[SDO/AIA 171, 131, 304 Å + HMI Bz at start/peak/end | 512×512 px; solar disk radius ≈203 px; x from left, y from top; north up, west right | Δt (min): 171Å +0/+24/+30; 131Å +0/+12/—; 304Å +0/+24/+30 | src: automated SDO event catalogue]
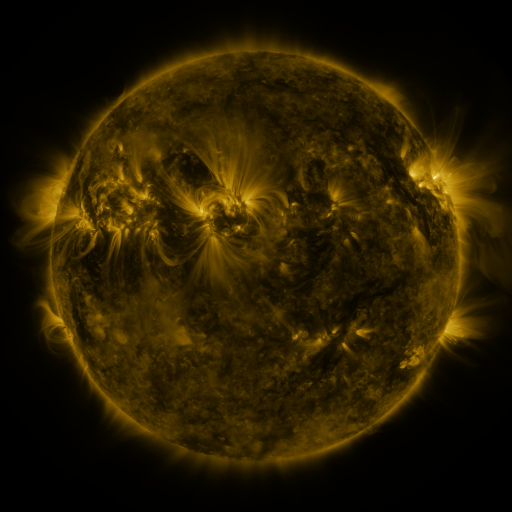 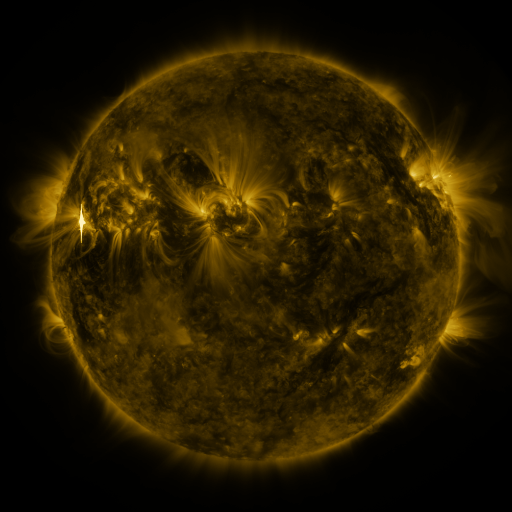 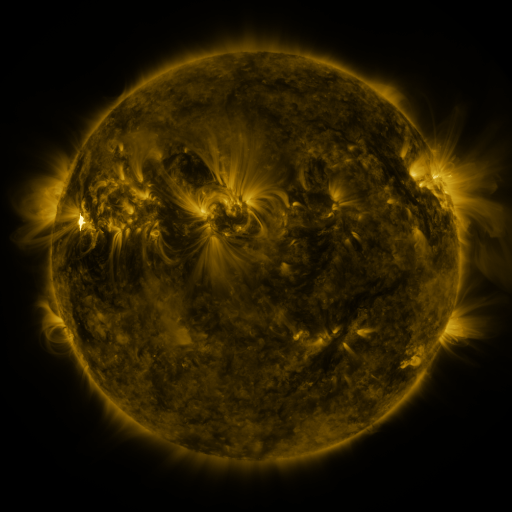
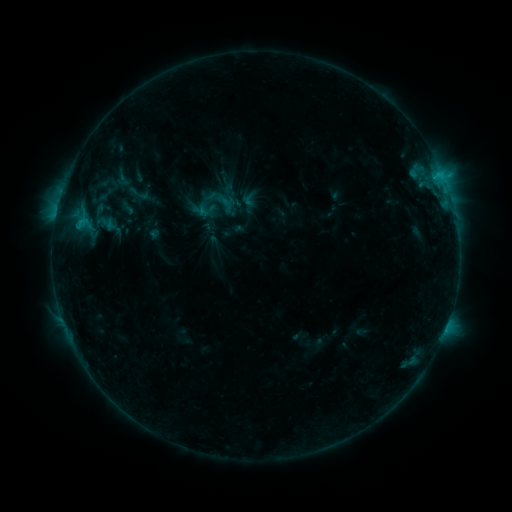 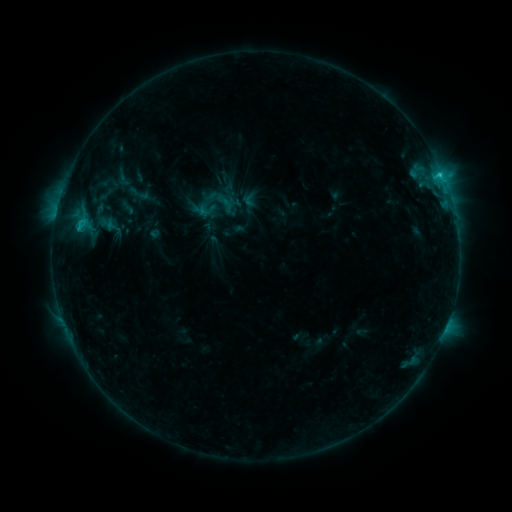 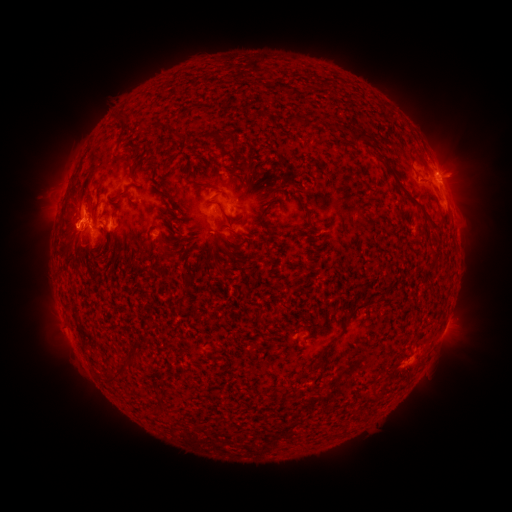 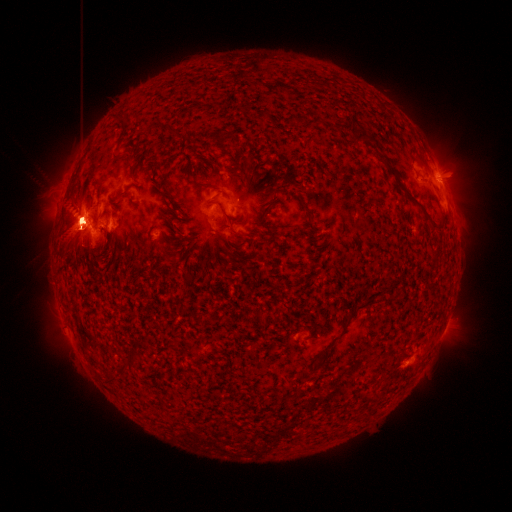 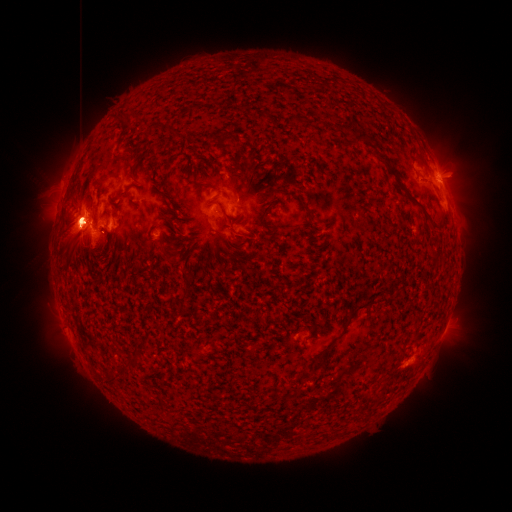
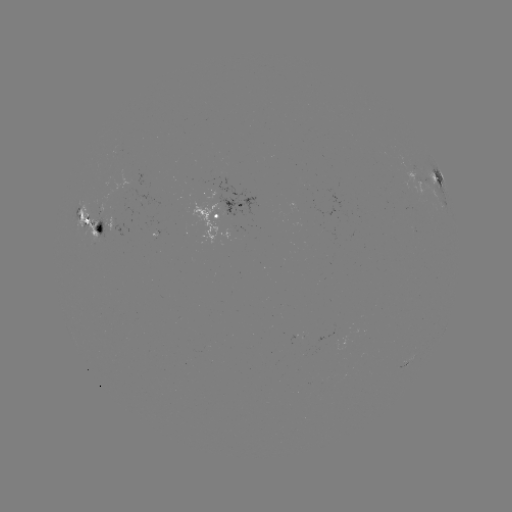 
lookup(X1.9 flare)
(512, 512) (82, 222)